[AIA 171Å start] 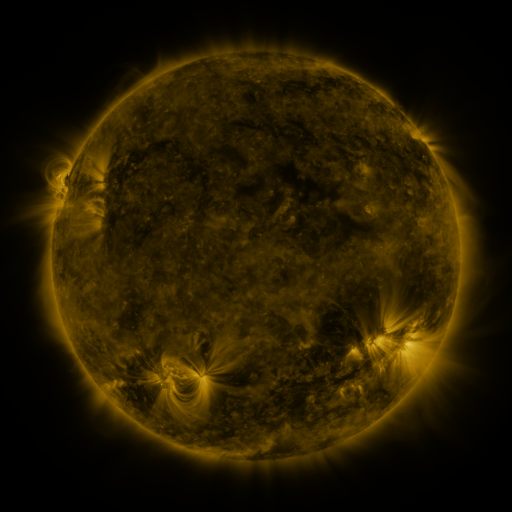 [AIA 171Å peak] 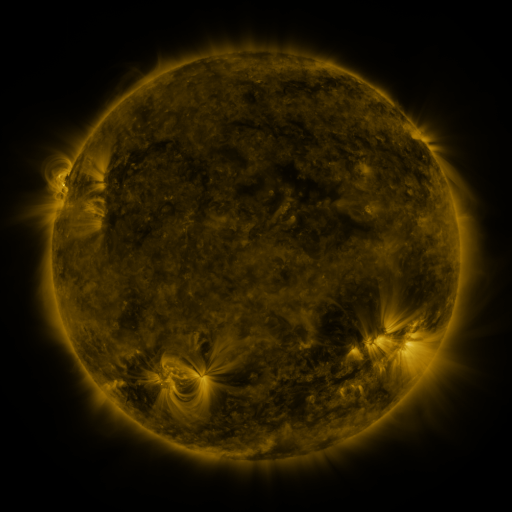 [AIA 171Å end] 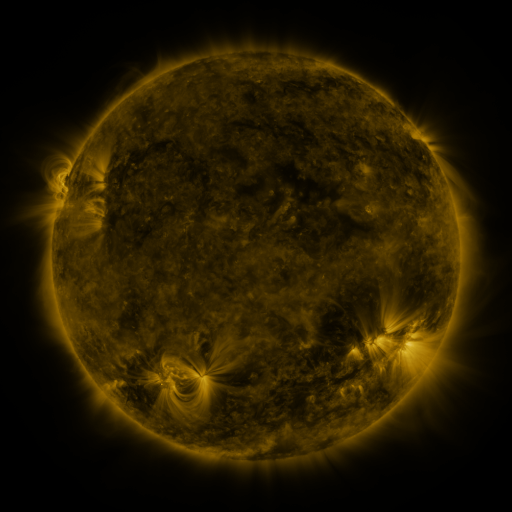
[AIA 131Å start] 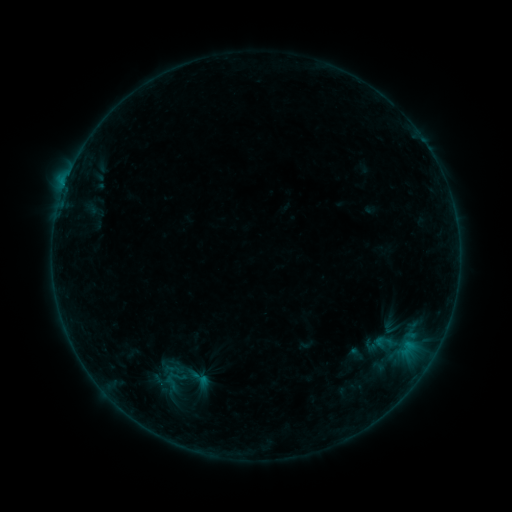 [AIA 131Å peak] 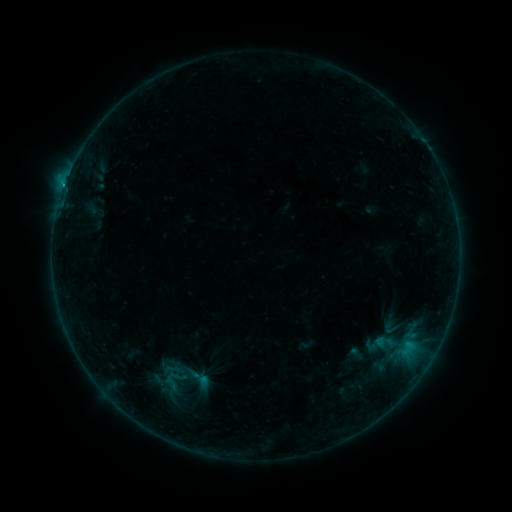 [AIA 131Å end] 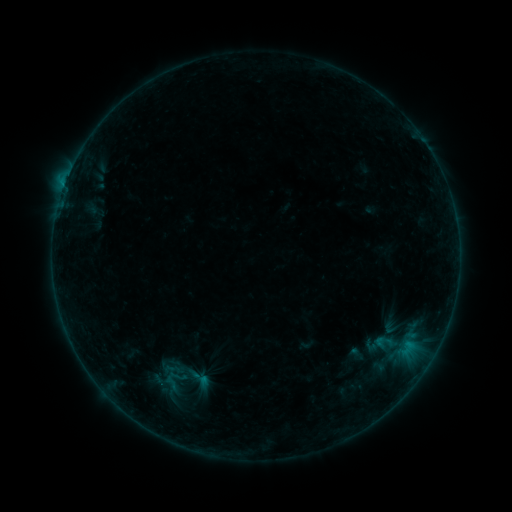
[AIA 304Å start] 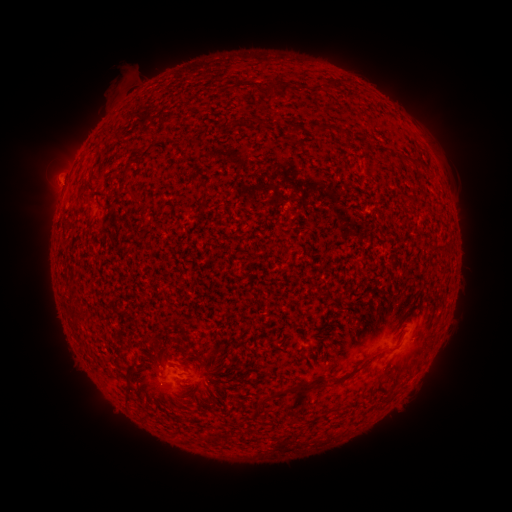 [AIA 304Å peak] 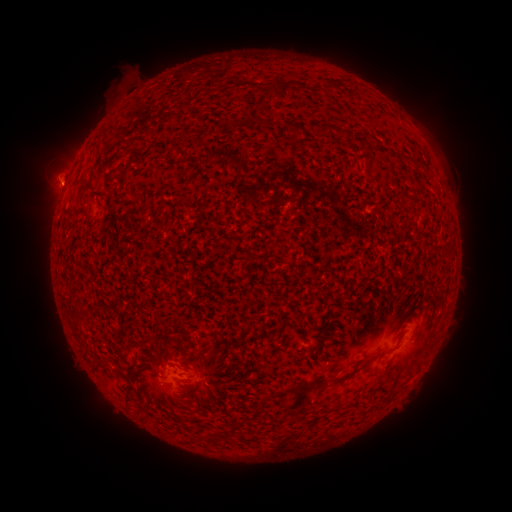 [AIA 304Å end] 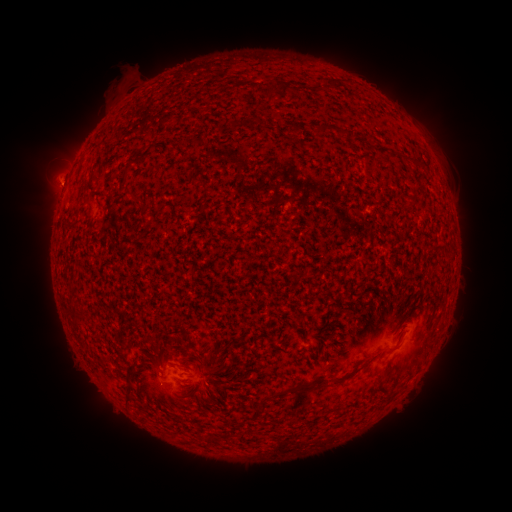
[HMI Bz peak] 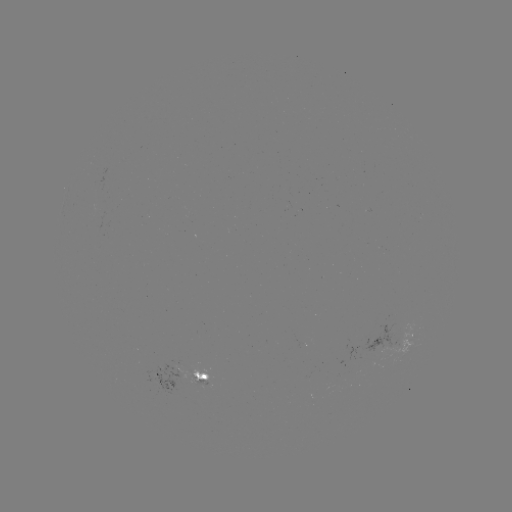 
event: flare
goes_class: C1.0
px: (65, 188)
